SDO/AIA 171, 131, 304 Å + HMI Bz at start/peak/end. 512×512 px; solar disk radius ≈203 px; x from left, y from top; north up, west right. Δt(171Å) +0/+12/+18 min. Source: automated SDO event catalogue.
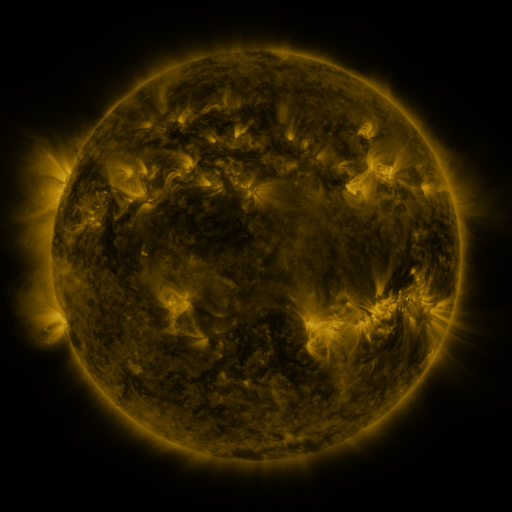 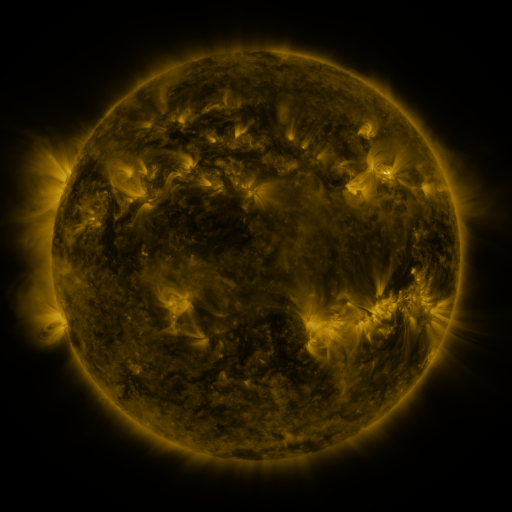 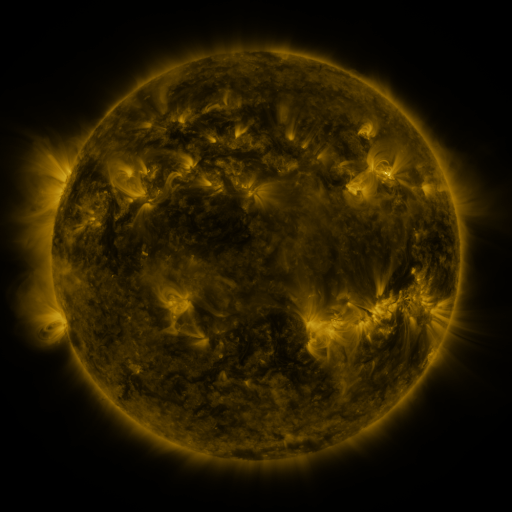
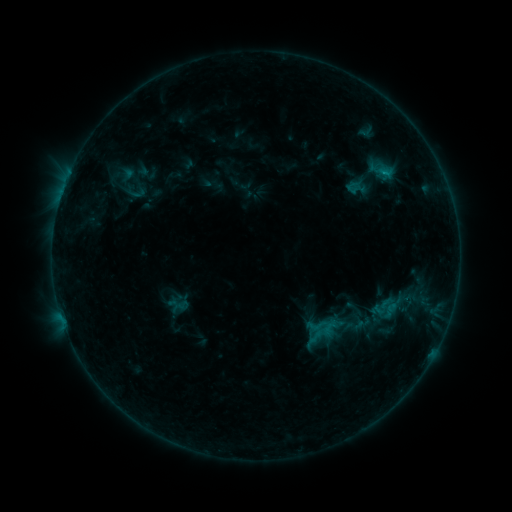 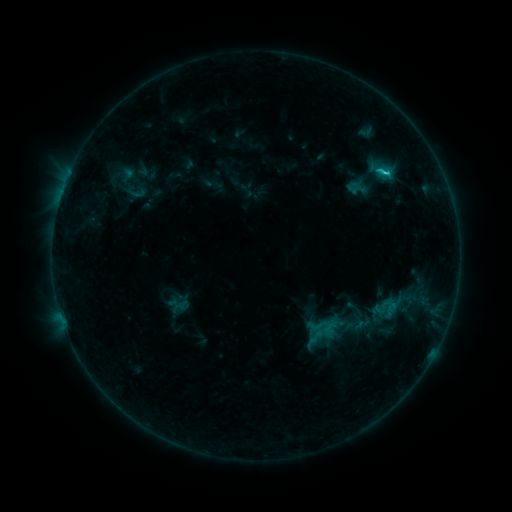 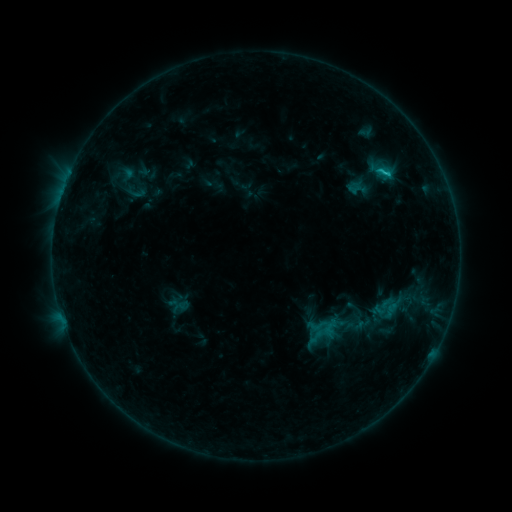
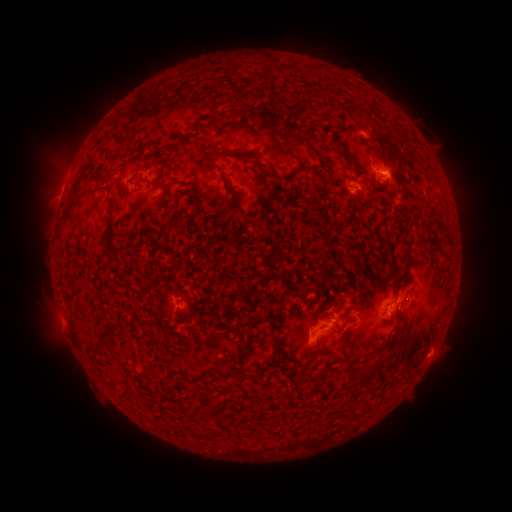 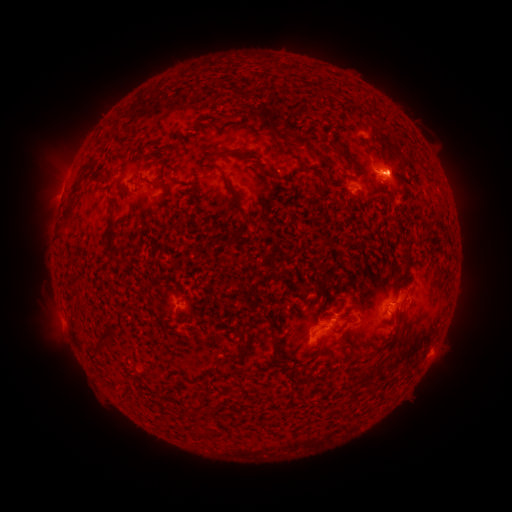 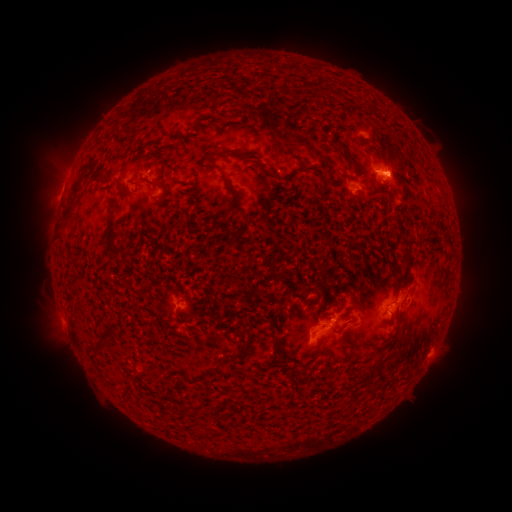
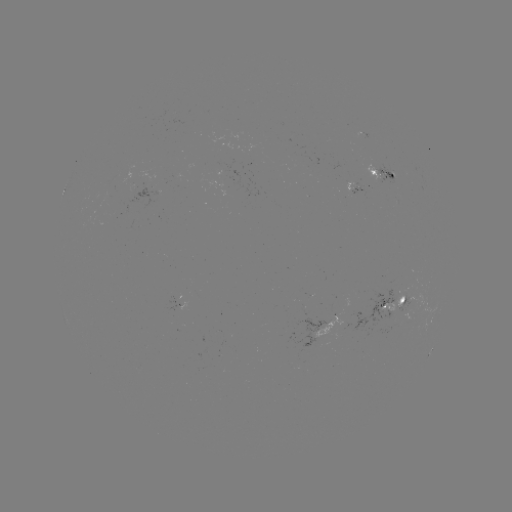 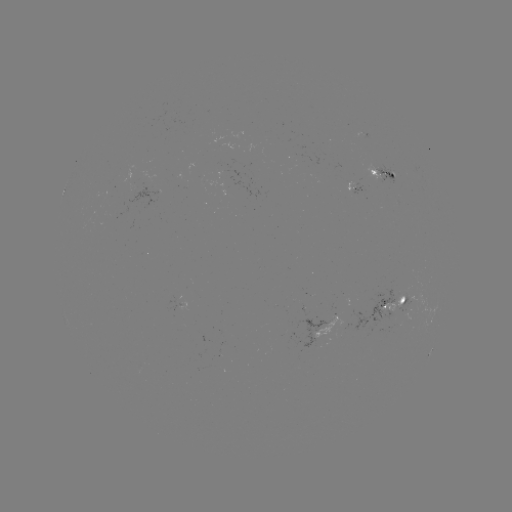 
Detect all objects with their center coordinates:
C2.4 flare: (384, 175)
